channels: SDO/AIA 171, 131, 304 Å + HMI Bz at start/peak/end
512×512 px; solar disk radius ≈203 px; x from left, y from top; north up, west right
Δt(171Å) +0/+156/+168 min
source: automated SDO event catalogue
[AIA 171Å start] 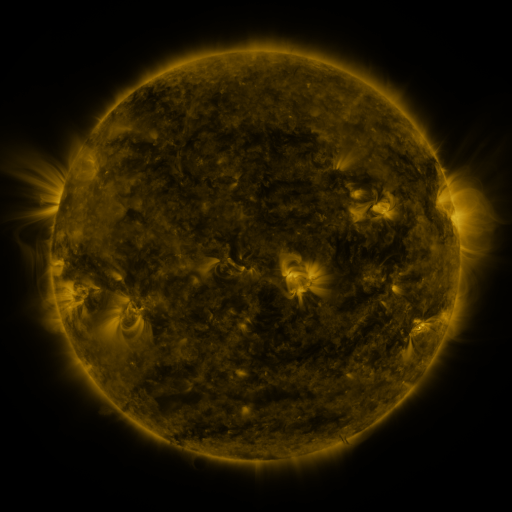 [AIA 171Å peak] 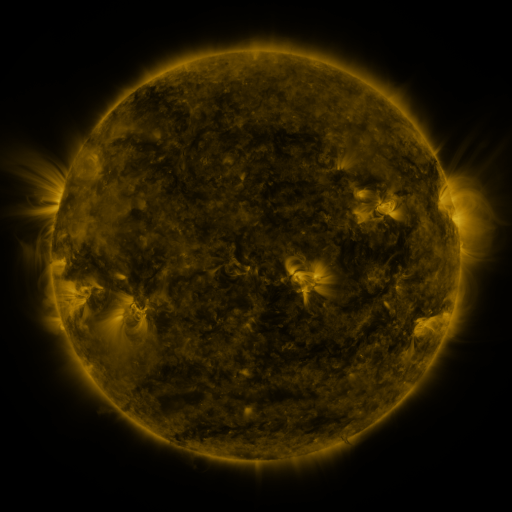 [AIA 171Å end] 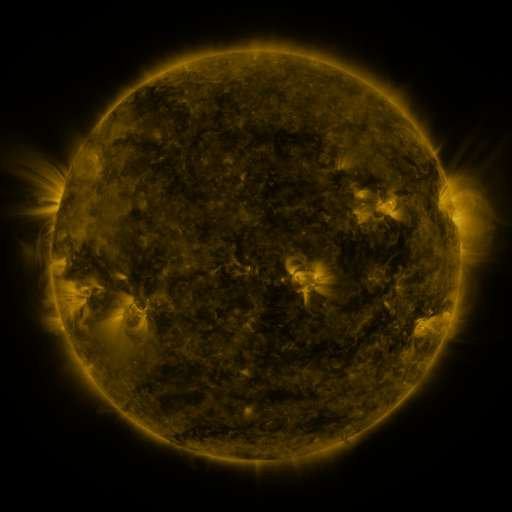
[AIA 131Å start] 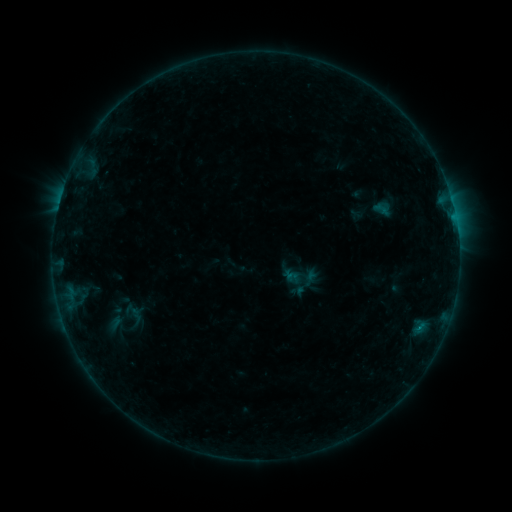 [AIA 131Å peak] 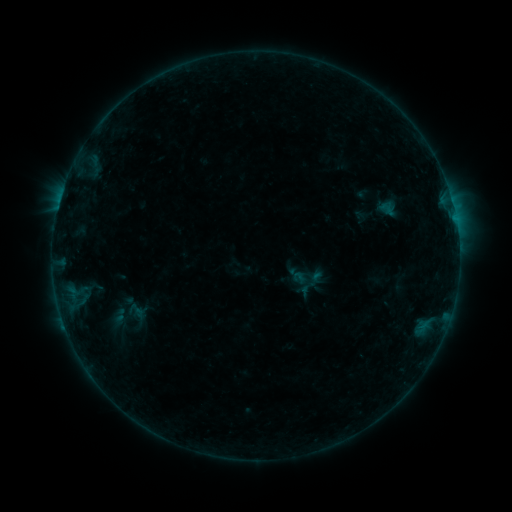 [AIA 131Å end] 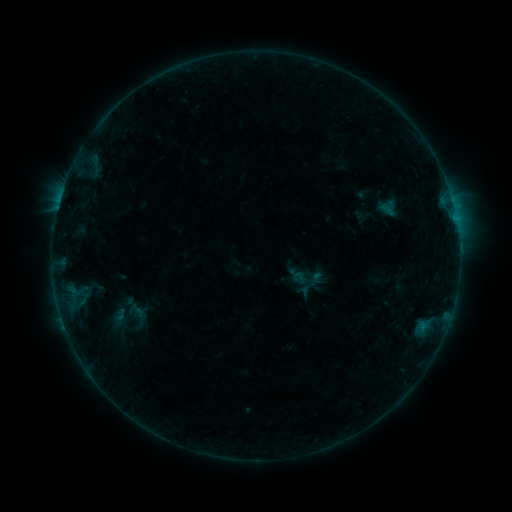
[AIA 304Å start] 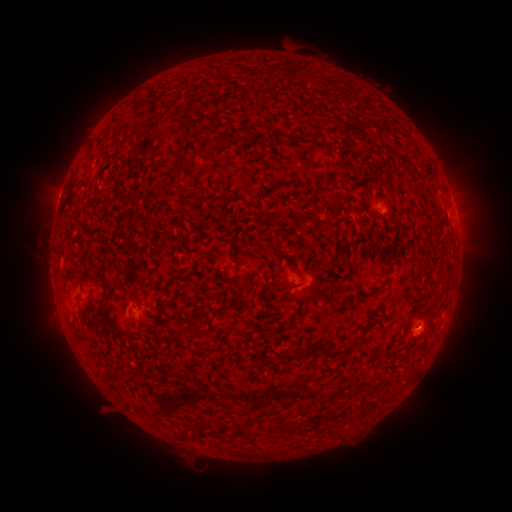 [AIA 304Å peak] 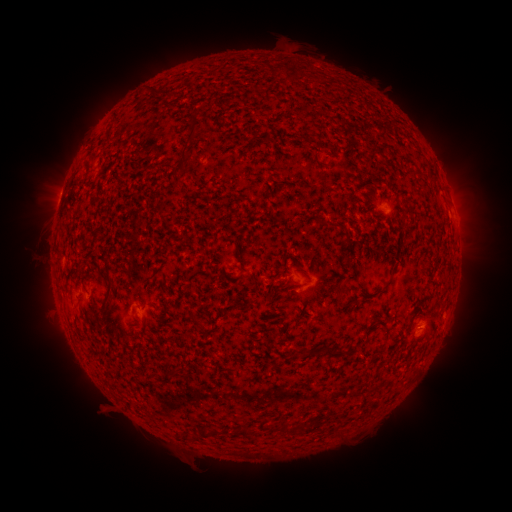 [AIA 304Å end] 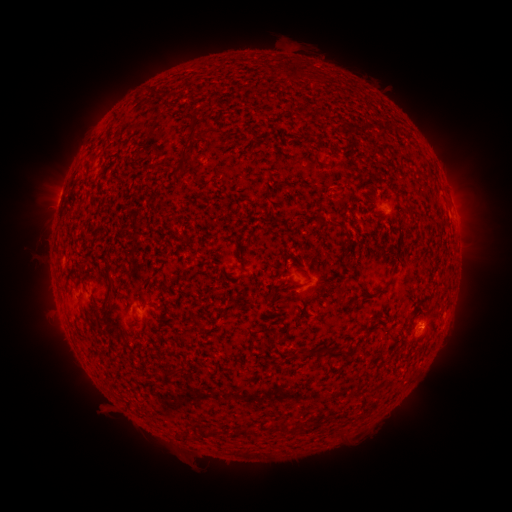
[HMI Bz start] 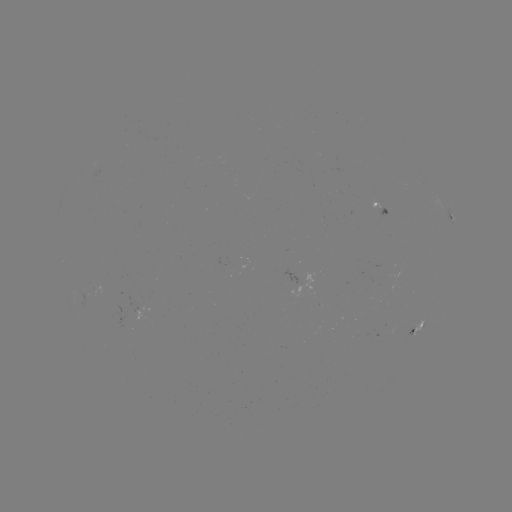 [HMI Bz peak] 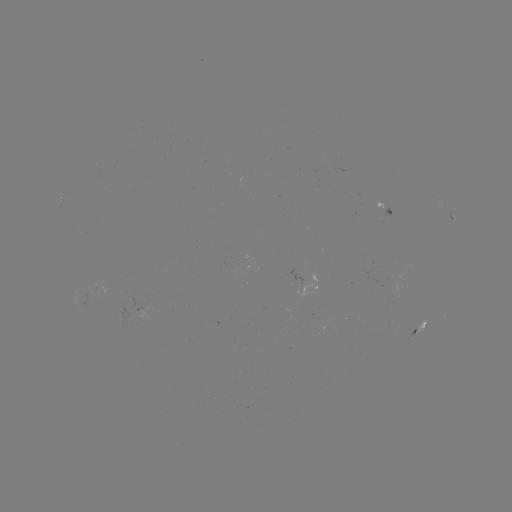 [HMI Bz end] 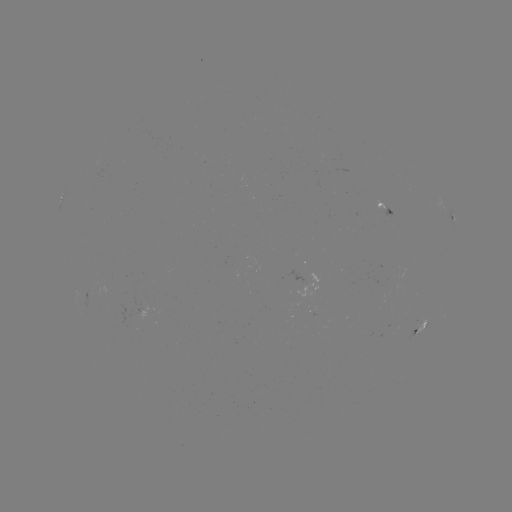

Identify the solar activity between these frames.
emerging-flux region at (382, 205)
